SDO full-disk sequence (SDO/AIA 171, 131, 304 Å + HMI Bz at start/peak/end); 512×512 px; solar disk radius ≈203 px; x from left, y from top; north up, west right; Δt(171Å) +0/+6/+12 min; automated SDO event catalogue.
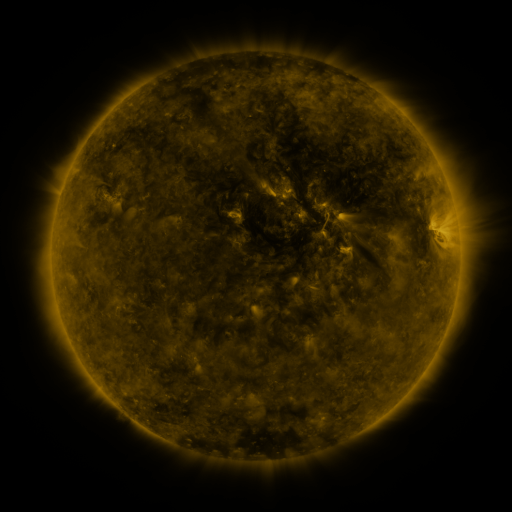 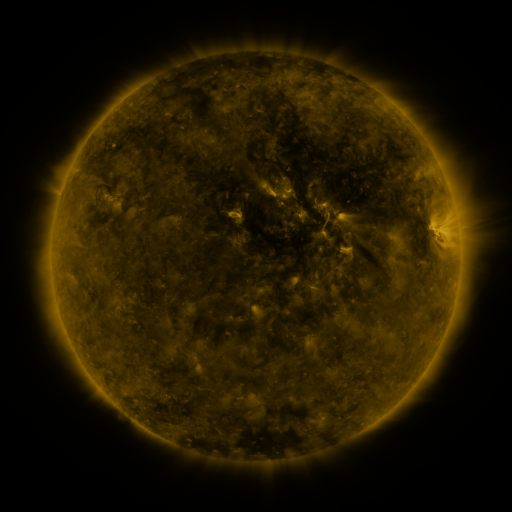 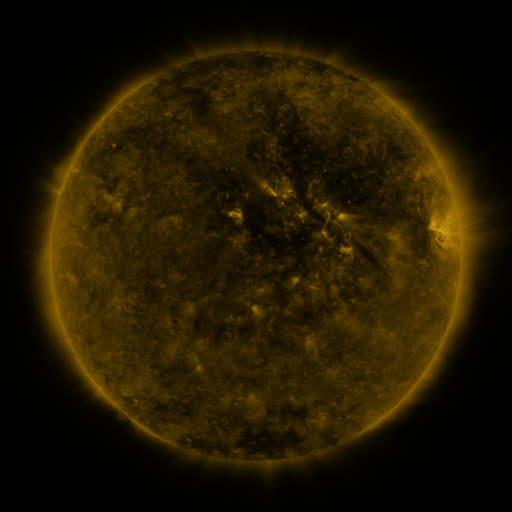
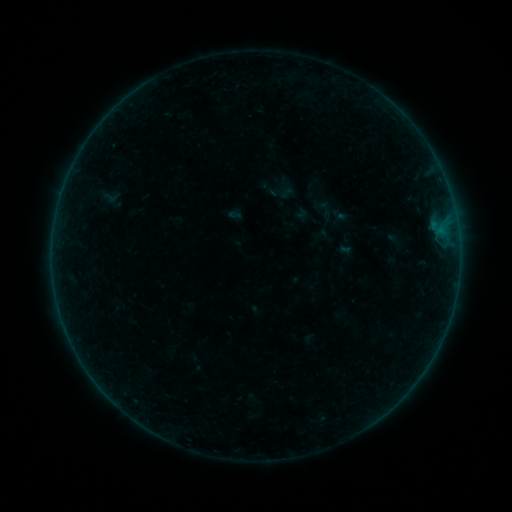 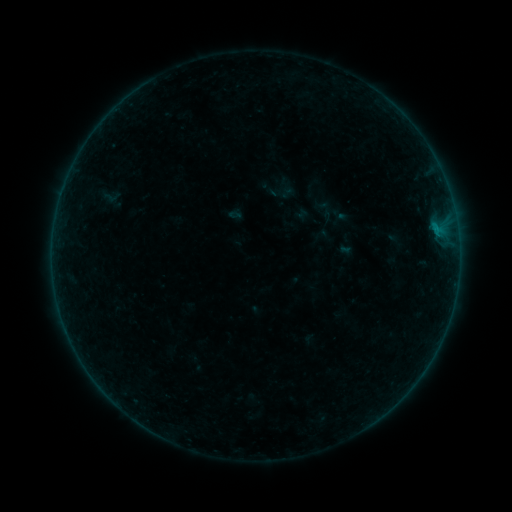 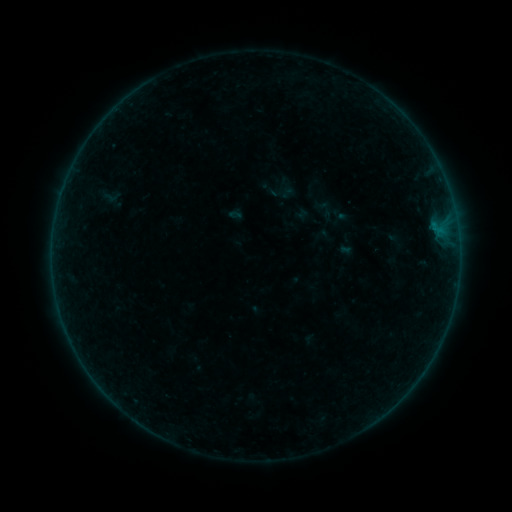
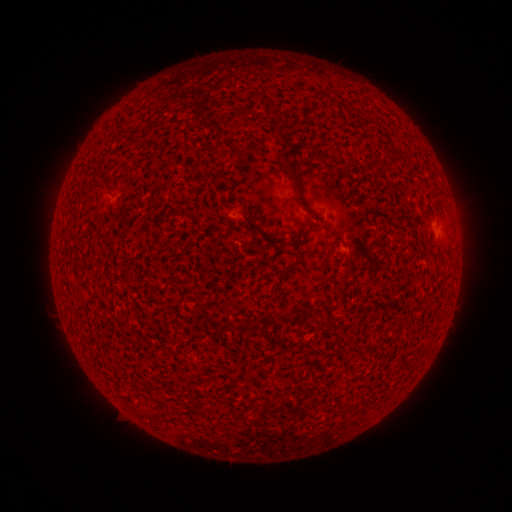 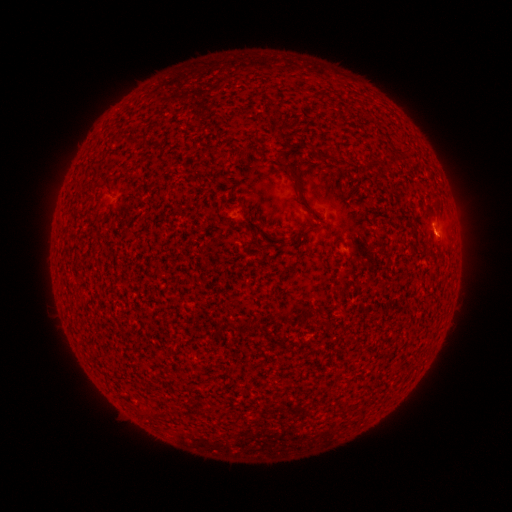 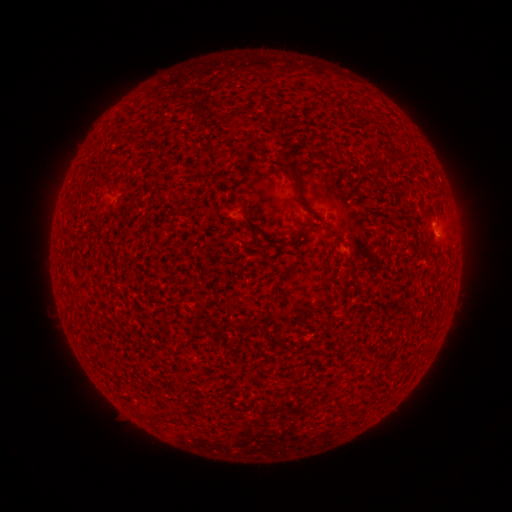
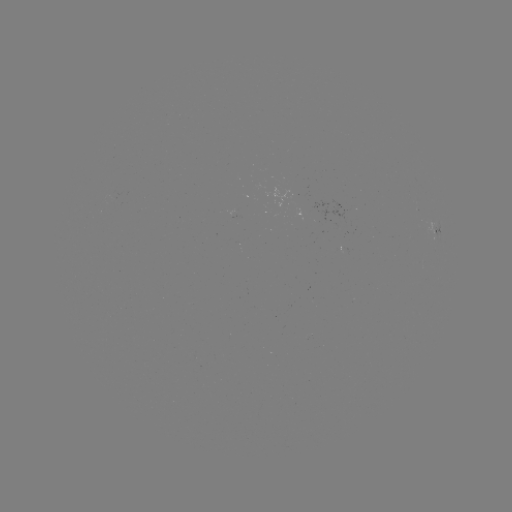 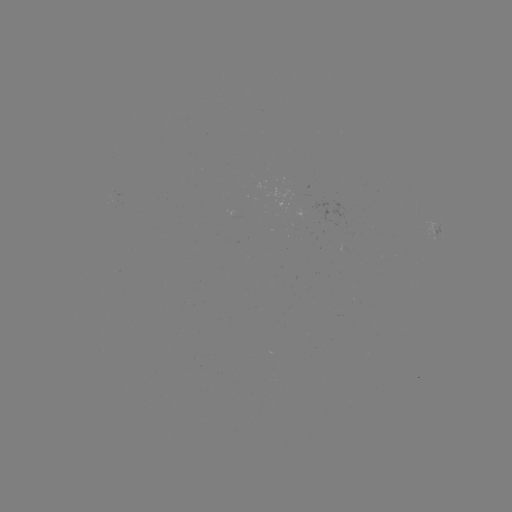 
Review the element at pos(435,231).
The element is B1.6 flare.